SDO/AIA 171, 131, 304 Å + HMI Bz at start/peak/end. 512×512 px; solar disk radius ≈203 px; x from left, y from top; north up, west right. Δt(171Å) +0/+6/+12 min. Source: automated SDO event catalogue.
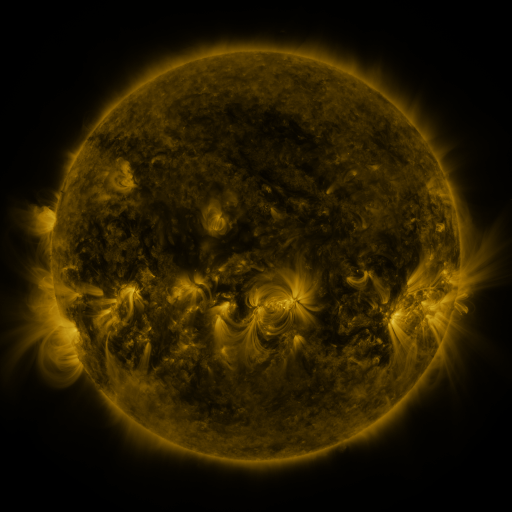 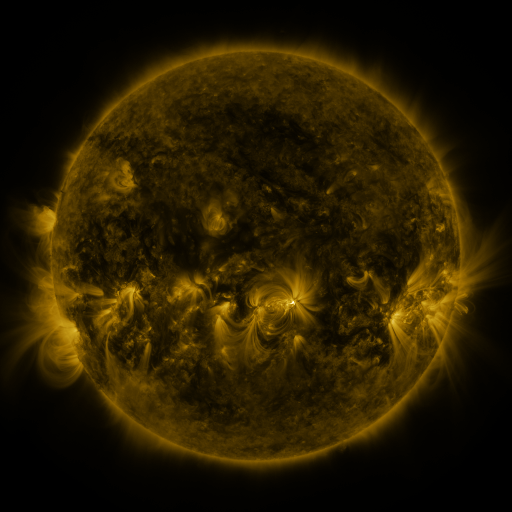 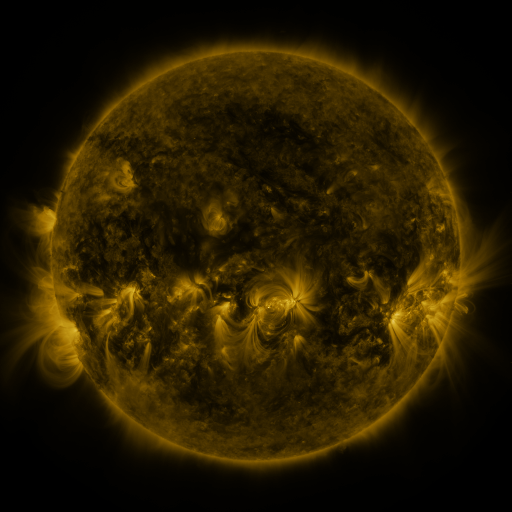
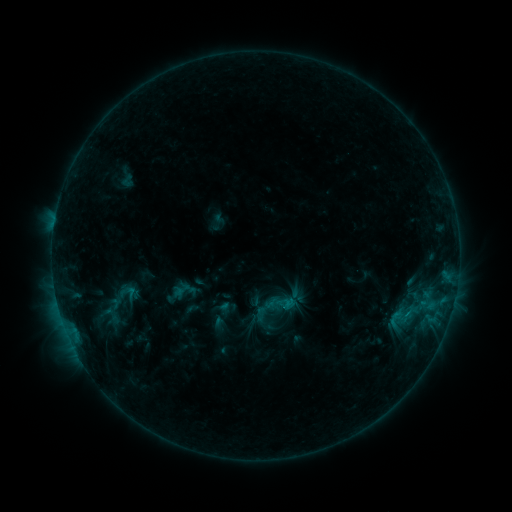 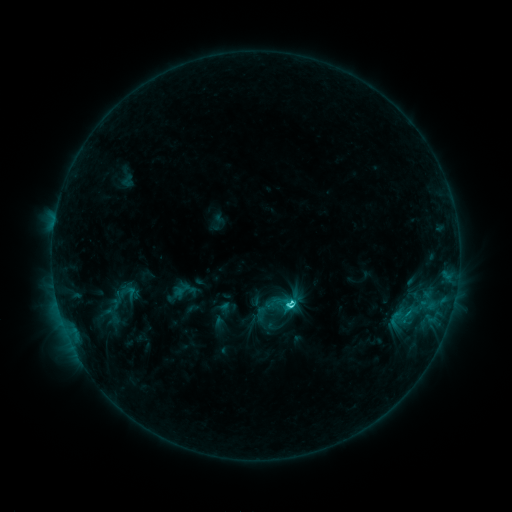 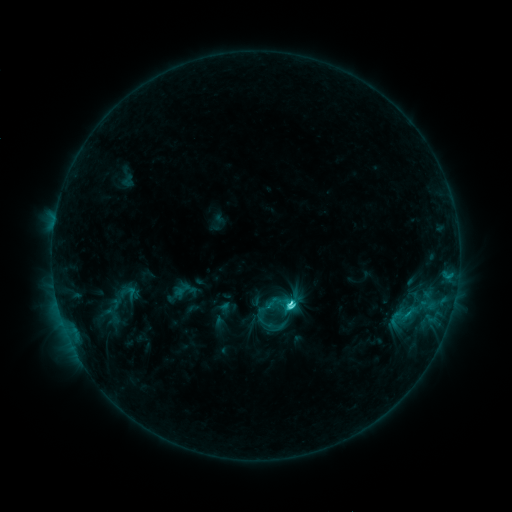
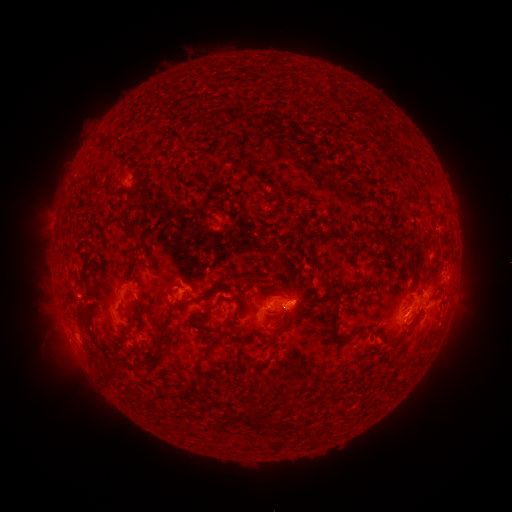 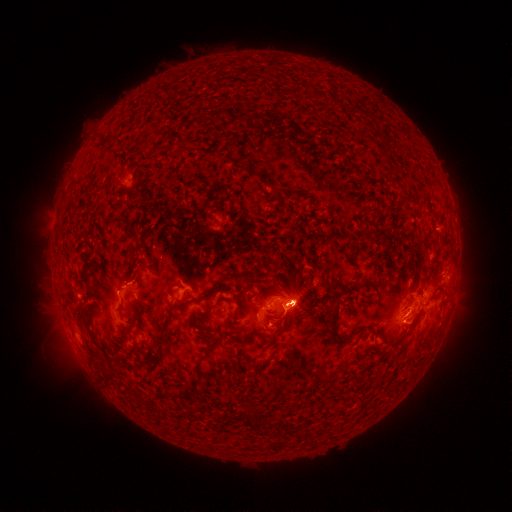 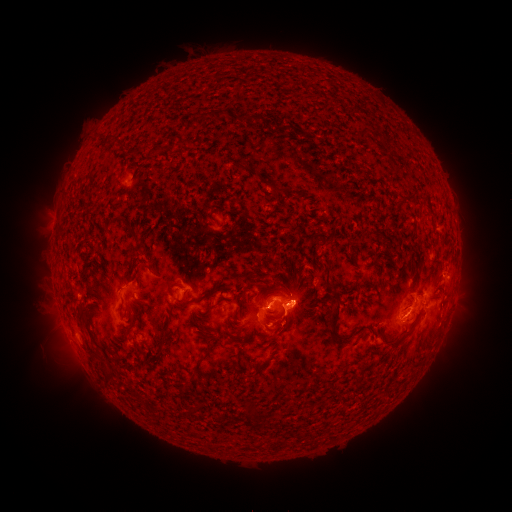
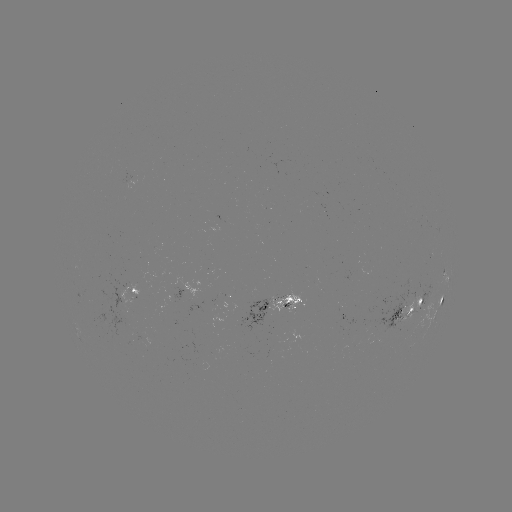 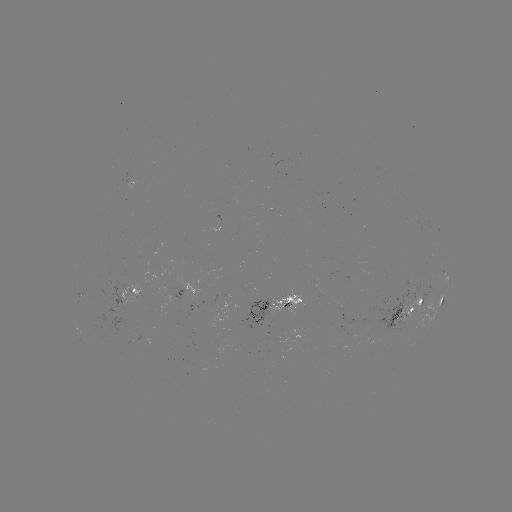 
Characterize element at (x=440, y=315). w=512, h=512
eruption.